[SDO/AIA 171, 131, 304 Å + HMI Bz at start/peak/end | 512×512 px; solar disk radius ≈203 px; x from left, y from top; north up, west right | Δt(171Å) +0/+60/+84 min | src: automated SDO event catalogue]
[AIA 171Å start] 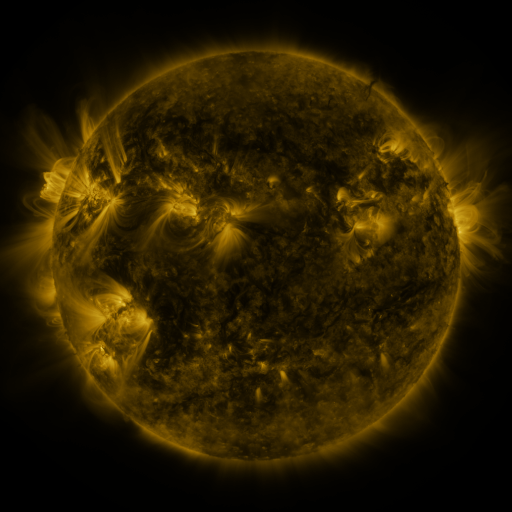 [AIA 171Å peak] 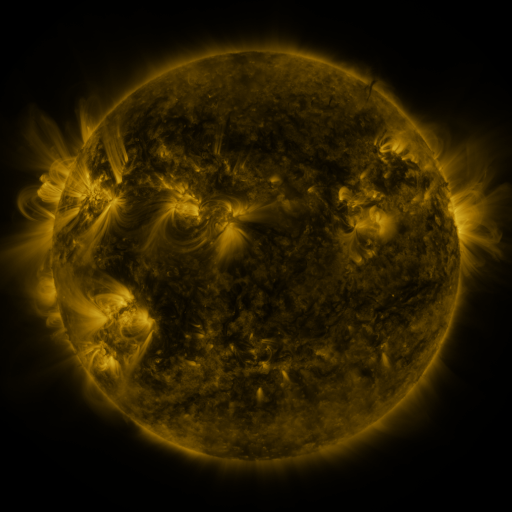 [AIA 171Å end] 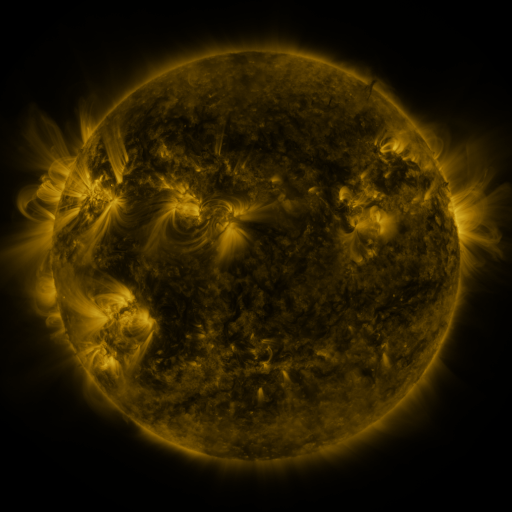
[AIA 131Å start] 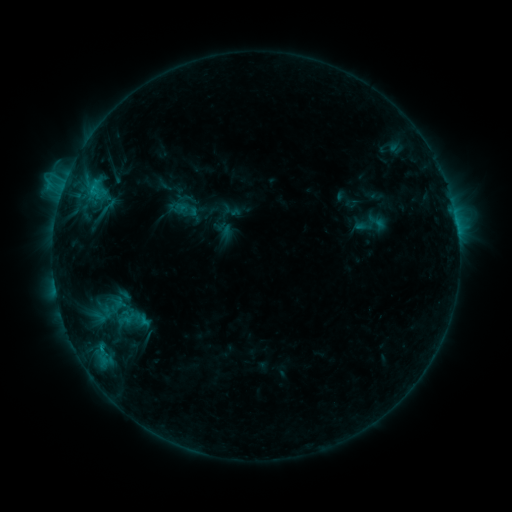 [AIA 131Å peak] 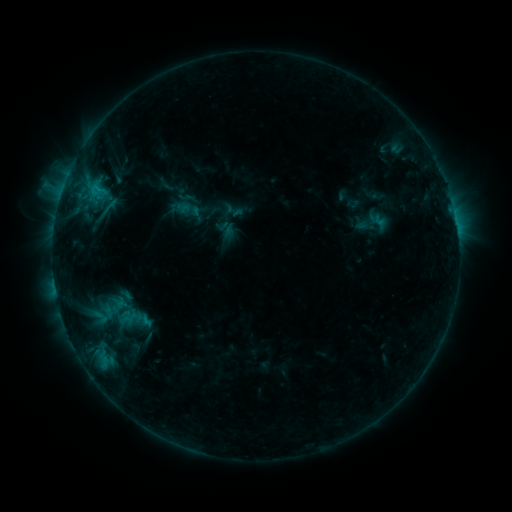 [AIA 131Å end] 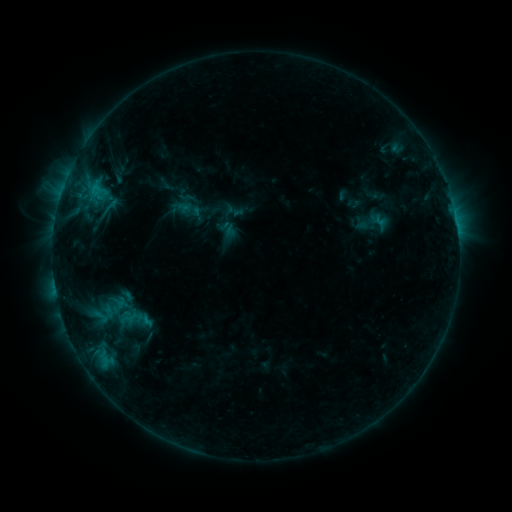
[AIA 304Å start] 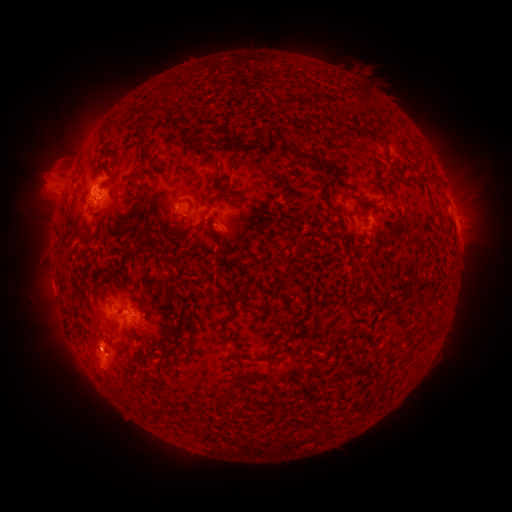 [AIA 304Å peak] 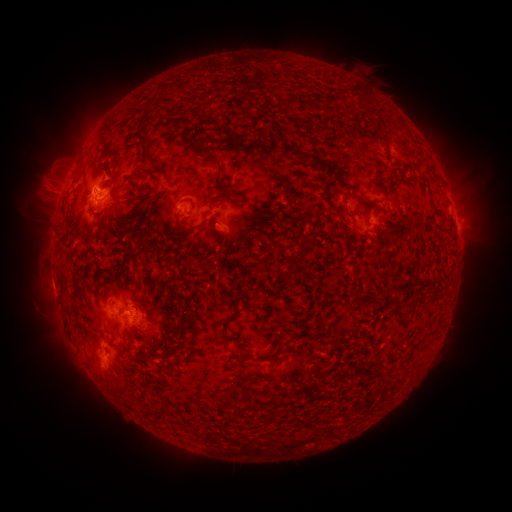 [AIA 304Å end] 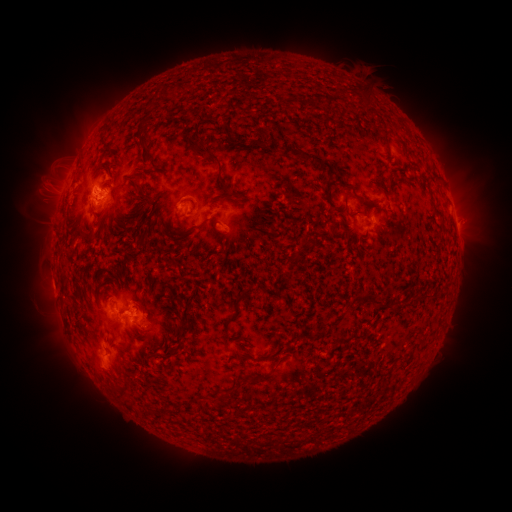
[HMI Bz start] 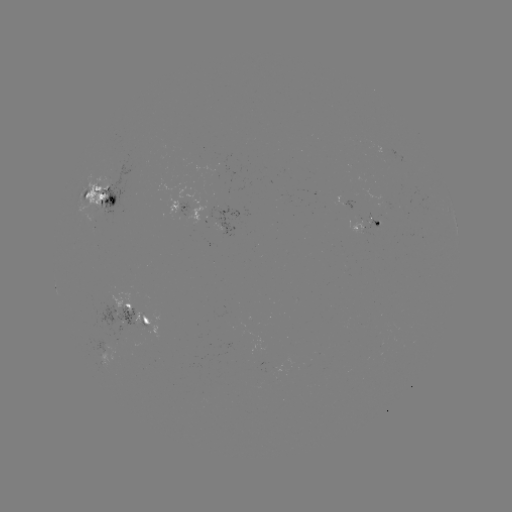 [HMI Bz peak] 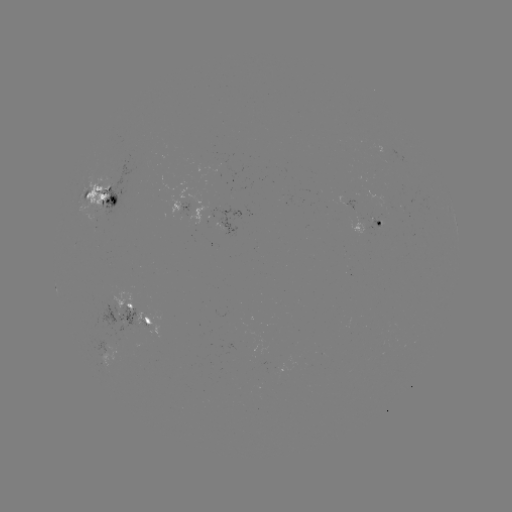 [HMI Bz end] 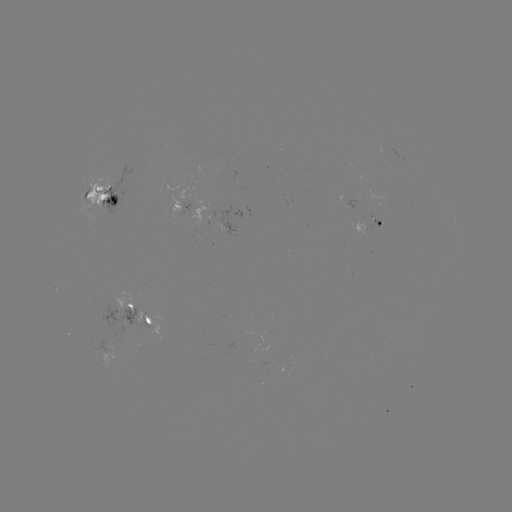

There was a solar emerging-flux region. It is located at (111, 343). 